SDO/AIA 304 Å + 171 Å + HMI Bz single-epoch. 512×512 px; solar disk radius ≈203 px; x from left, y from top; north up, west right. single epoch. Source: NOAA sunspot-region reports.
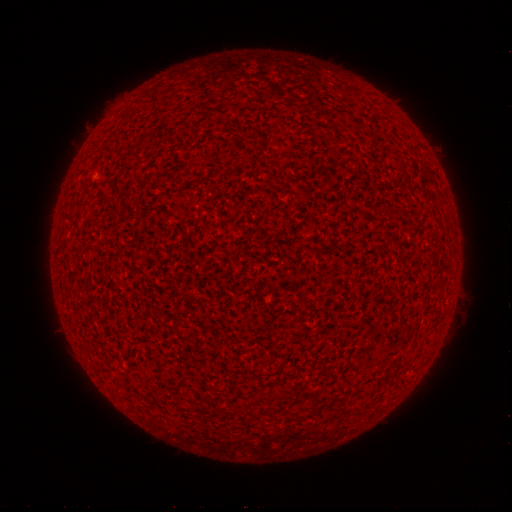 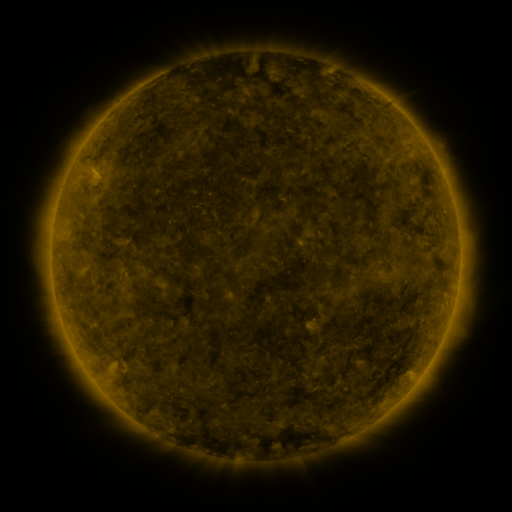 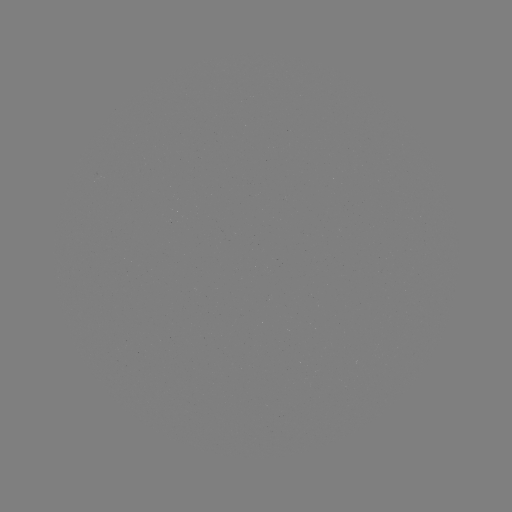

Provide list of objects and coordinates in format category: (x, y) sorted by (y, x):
(none)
